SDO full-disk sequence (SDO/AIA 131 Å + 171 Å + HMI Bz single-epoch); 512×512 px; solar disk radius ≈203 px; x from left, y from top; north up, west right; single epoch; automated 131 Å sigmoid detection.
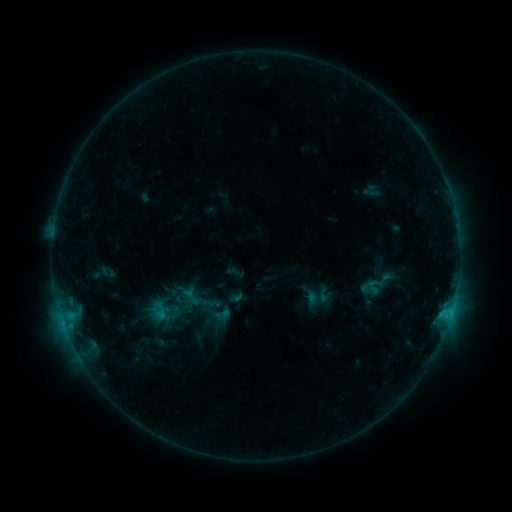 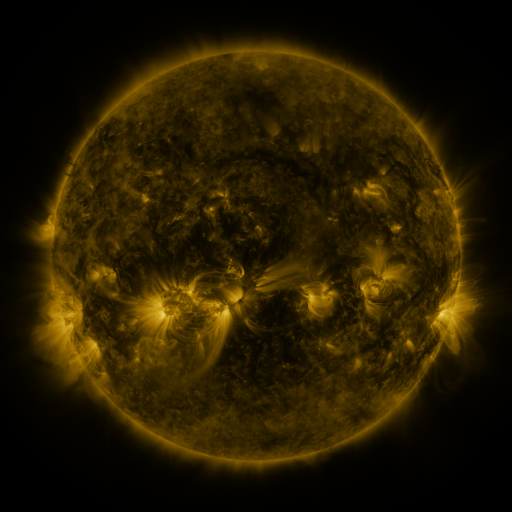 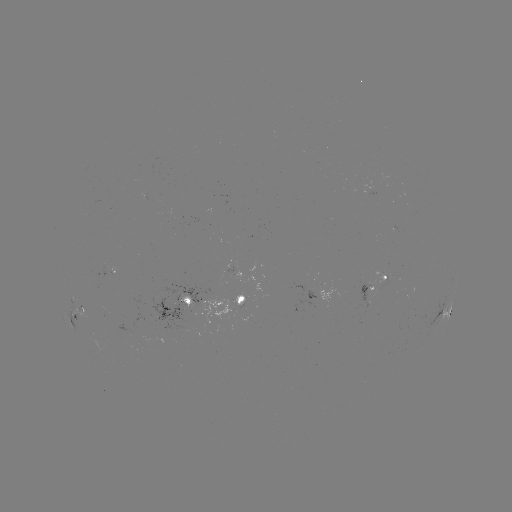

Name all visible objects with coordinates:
sigmoid: (192, 297)
sigmoid: (317, 297)
